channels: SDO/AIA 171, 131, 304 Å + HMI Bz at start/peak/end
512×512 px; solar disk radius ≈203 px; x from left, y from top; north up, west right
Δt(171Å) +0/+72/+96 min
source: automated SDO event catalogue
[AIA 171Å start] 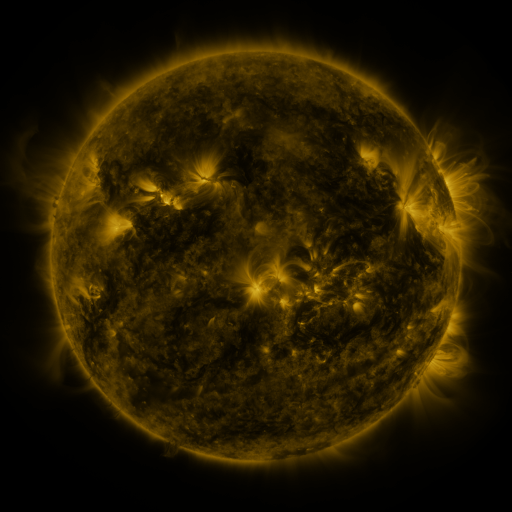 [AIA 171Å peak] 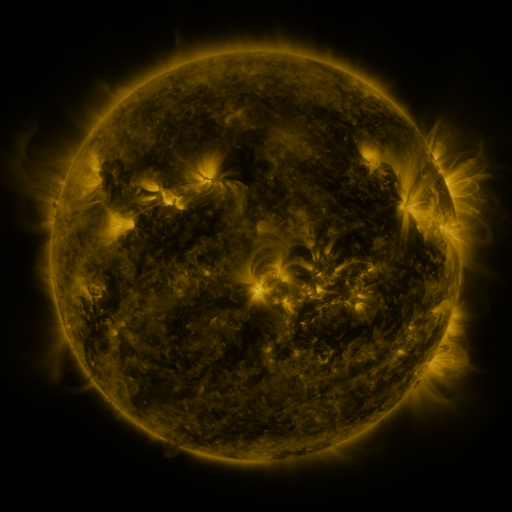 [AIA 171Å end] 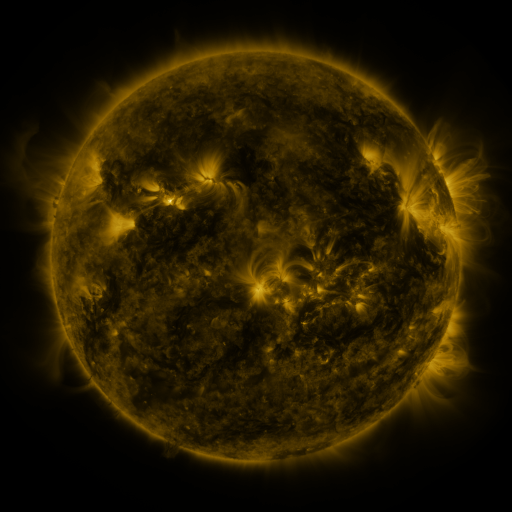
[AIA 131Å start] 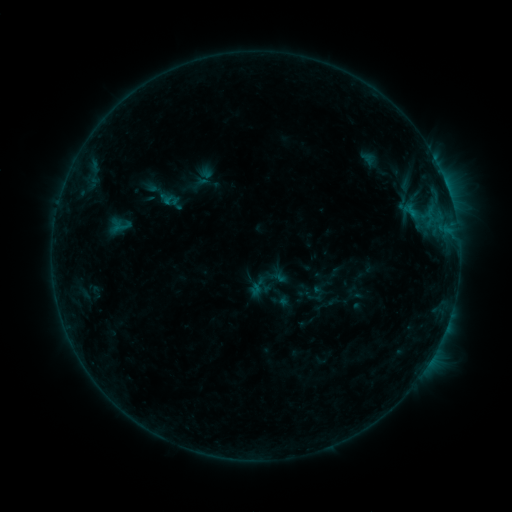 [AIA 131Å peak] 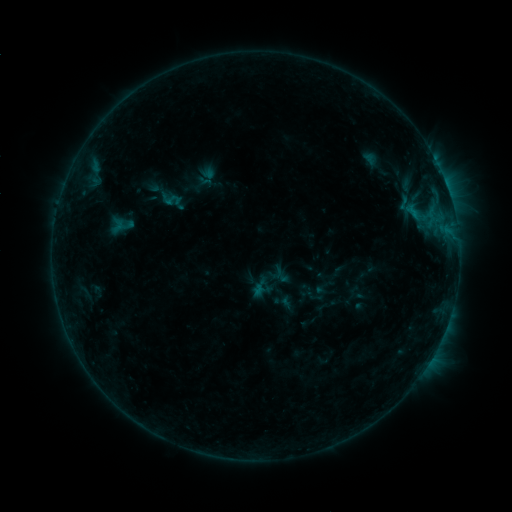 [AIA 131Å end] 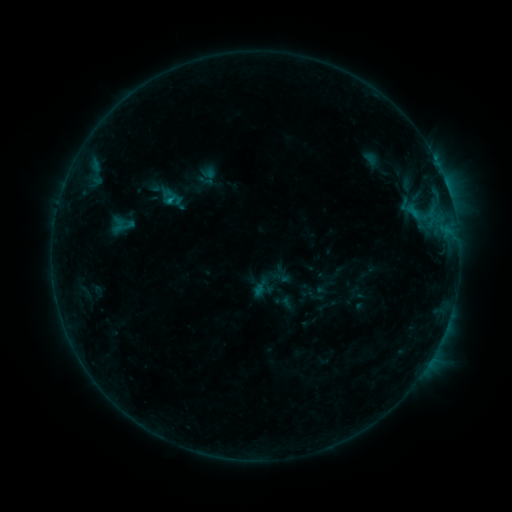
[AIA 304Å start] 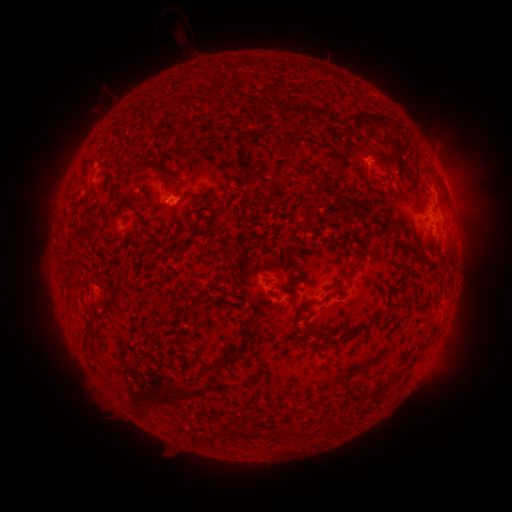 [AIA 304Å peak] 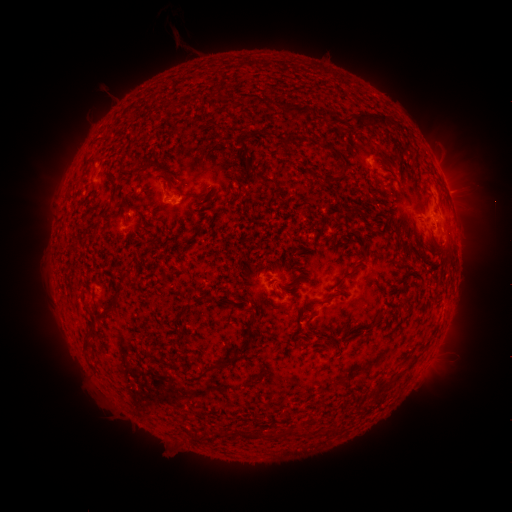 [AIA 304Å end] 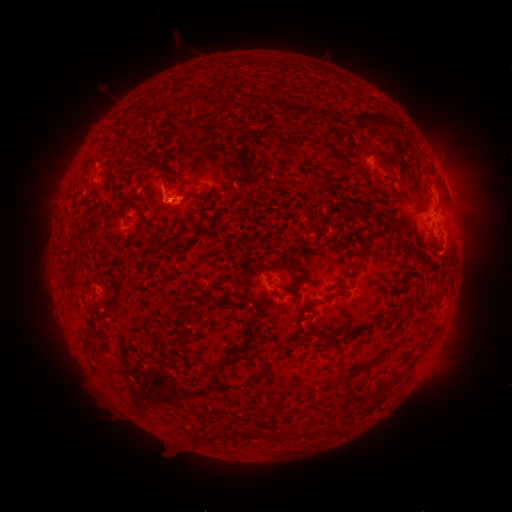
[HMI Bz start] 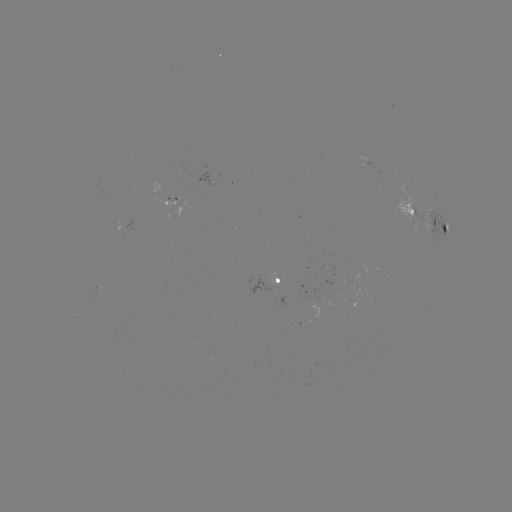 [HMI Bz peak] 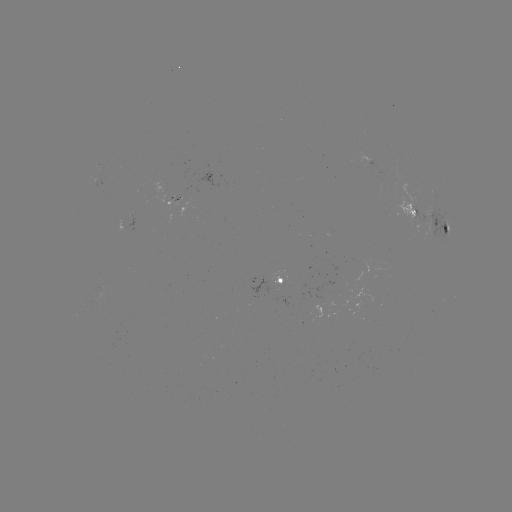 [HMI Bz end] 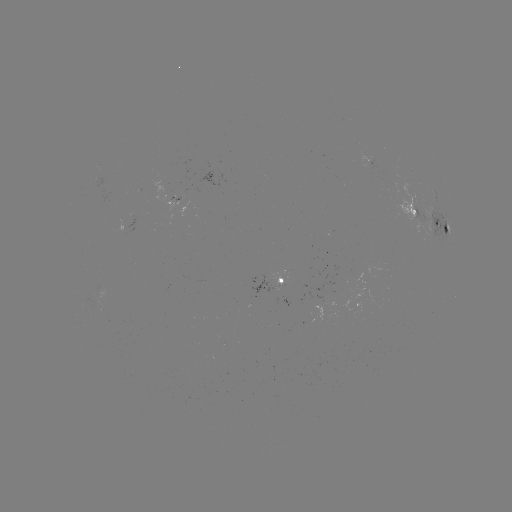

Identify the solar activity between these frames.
emerging-flux region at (179, 199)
